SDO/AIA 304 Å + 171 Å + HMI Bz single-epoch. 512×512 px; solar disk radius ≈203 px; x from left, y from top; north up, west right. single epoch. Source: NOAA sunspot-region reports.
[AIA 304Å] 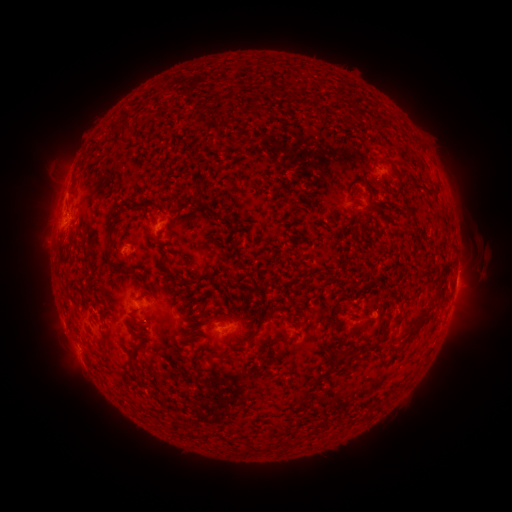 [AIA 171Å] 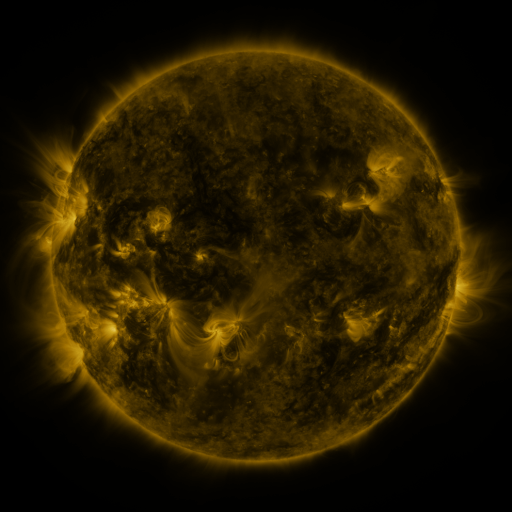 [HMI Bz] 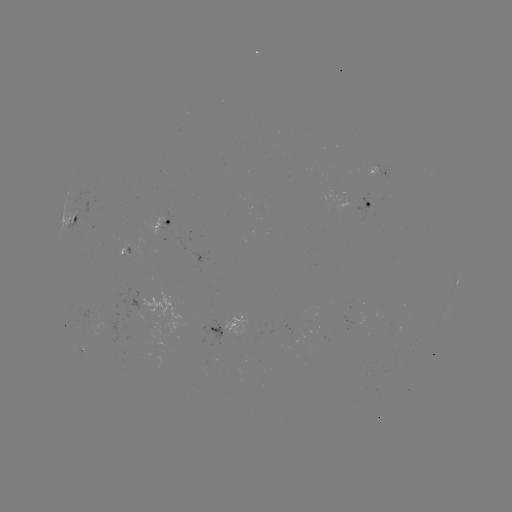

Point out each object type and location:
spotted active region: (378, 174)
spotted active region: (369, 205)
spotted active region: (163, 220)
spotted active region: (75, 222)
spotted active region: (457, 282)
spotted active region: (225, 328)
spotted active region: (80, 349)
